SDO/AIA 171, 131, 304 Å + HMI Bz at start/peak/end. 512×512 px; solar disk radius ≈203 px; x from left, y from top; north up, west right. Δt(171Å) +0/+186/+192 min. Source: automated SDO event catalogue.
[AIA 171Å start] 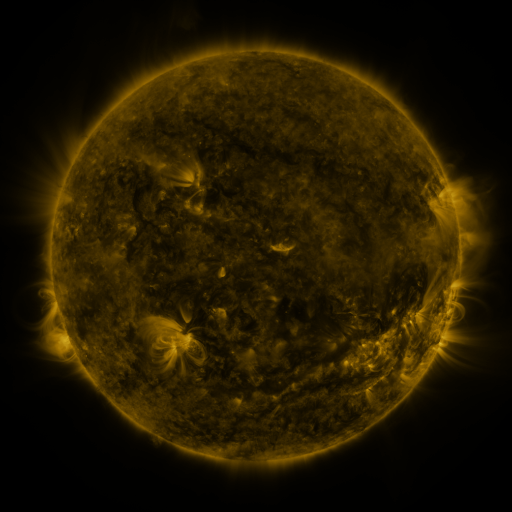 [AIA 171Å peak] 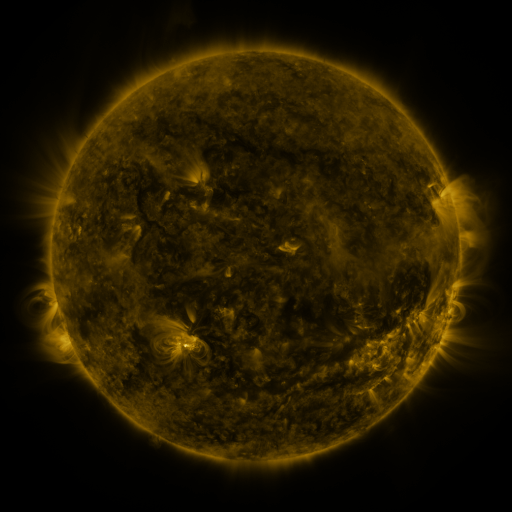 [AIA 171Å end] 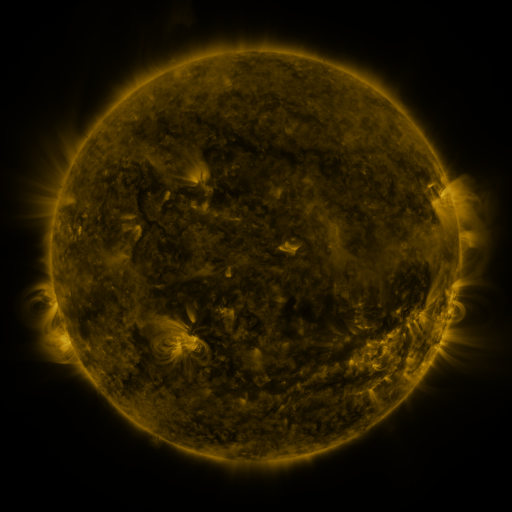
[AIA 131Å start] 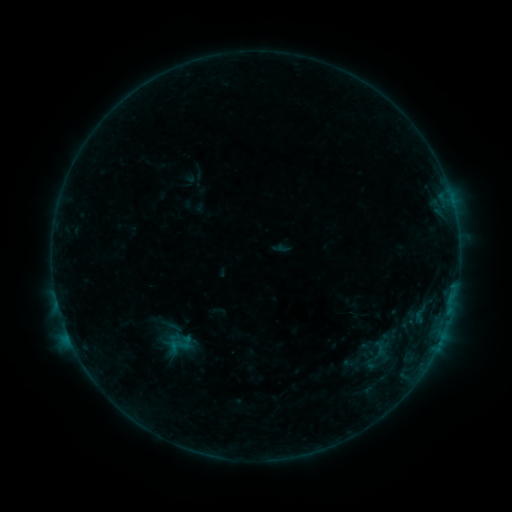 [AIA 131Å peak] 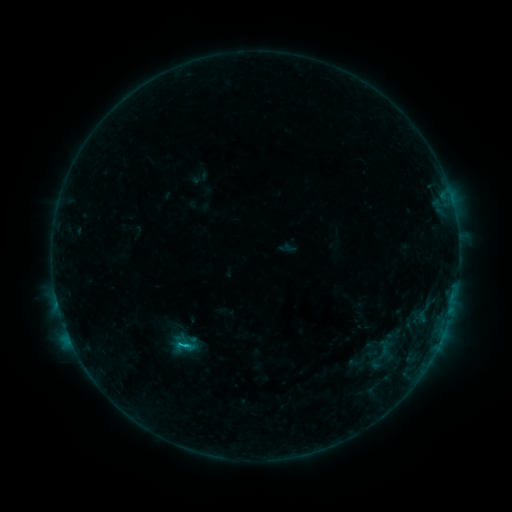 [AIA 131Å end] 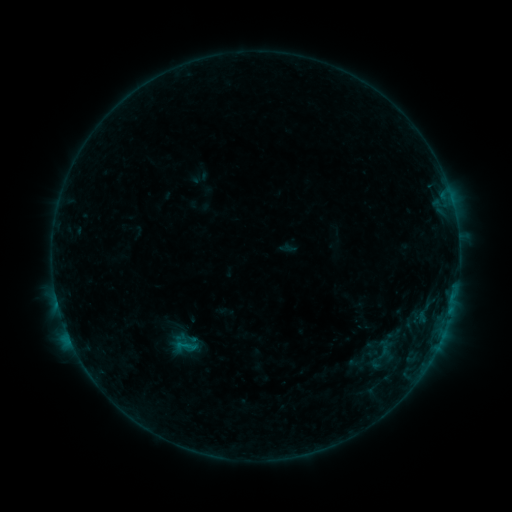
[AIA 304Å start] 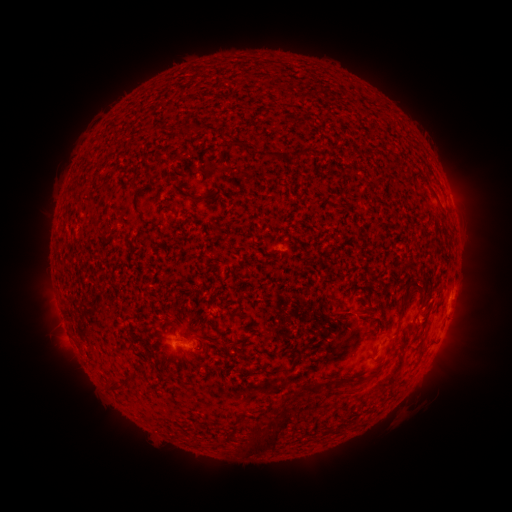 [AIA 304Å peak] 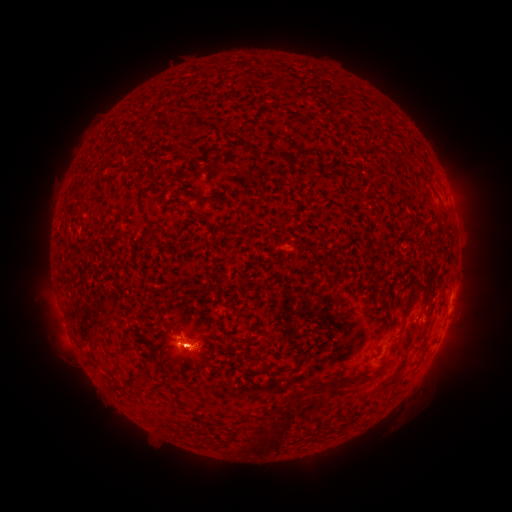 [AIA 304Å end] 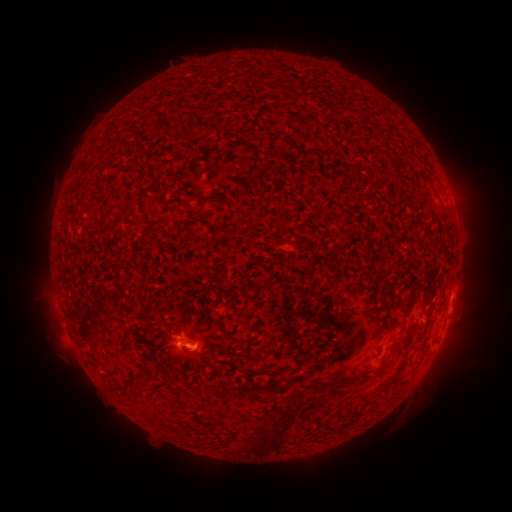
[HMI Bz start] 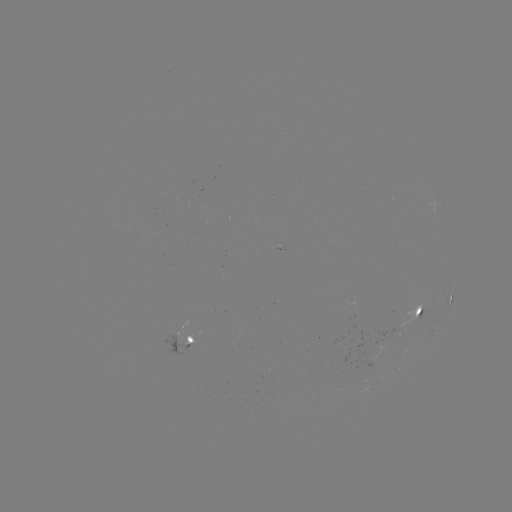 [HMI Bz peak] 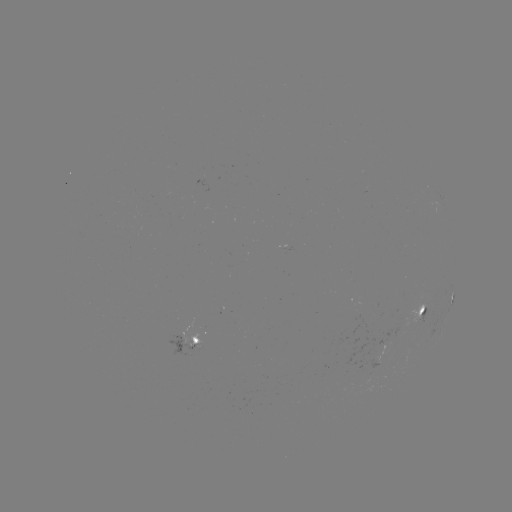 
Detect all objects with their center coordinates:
B5.3 flare: (187, 345)
